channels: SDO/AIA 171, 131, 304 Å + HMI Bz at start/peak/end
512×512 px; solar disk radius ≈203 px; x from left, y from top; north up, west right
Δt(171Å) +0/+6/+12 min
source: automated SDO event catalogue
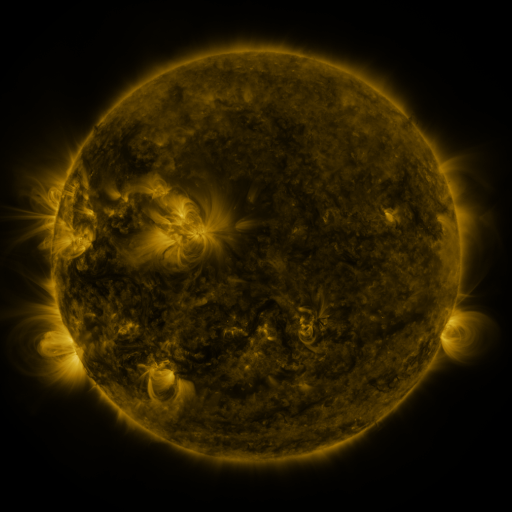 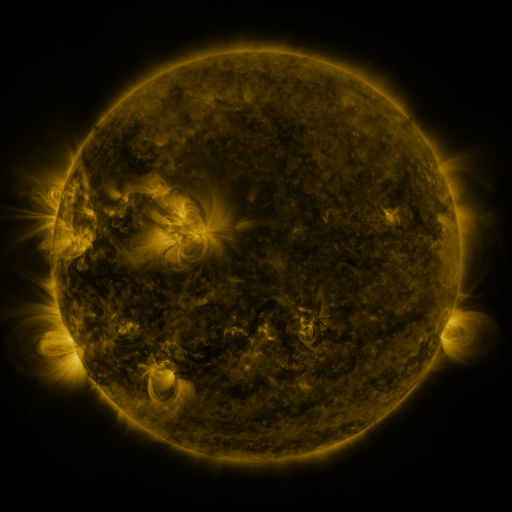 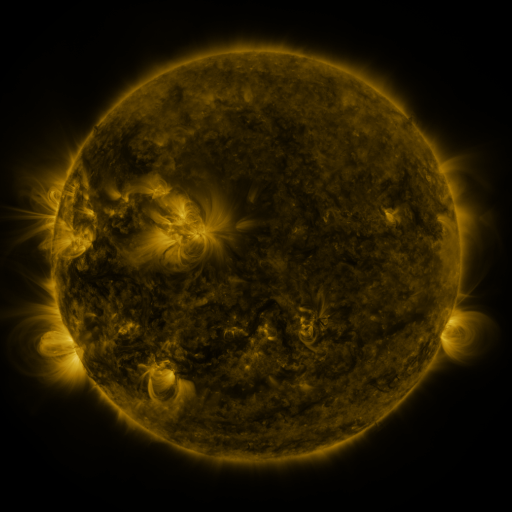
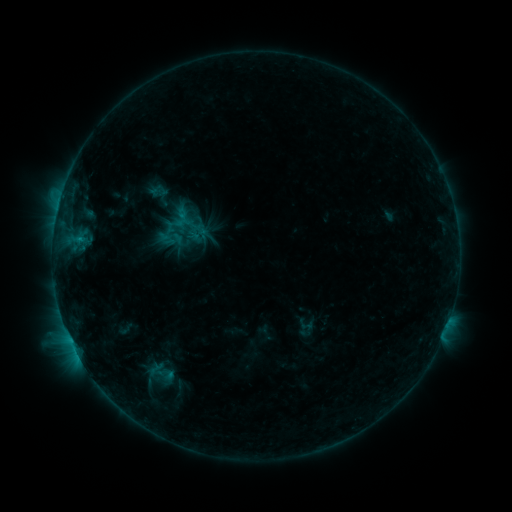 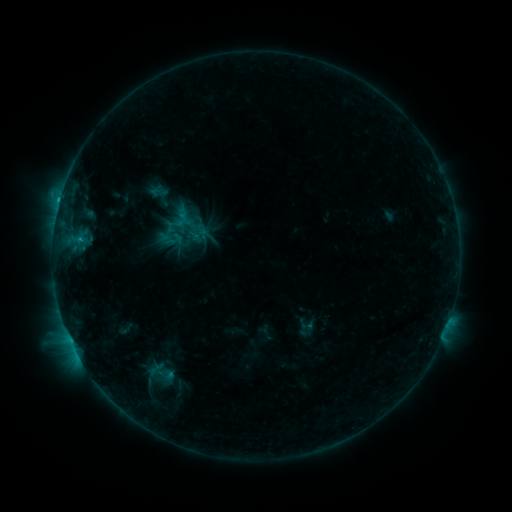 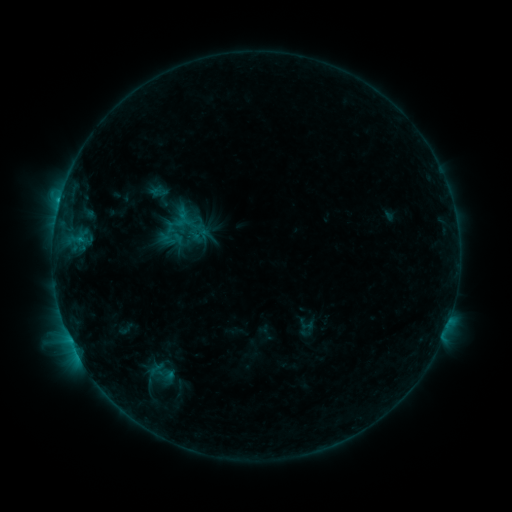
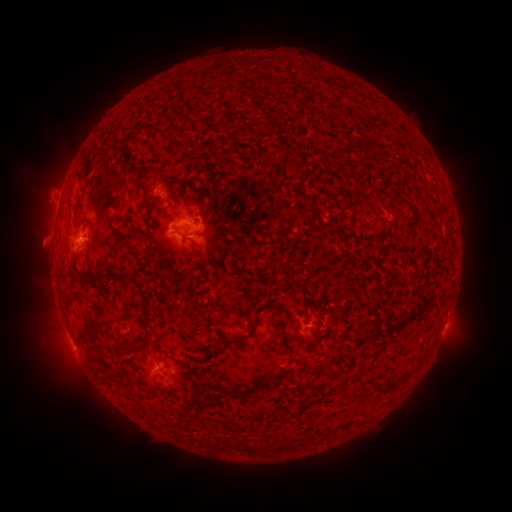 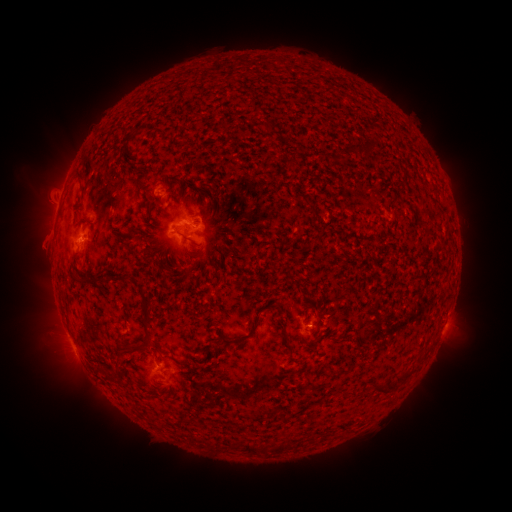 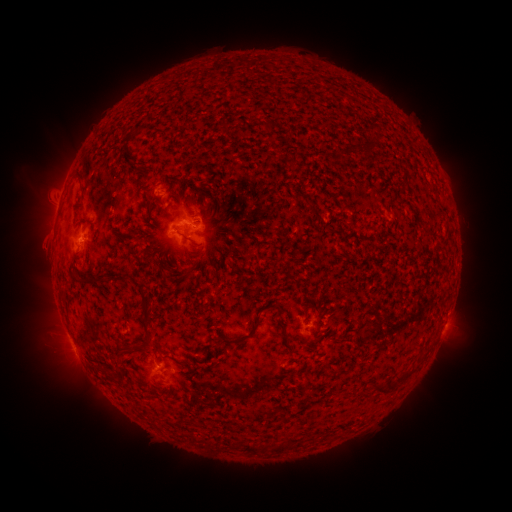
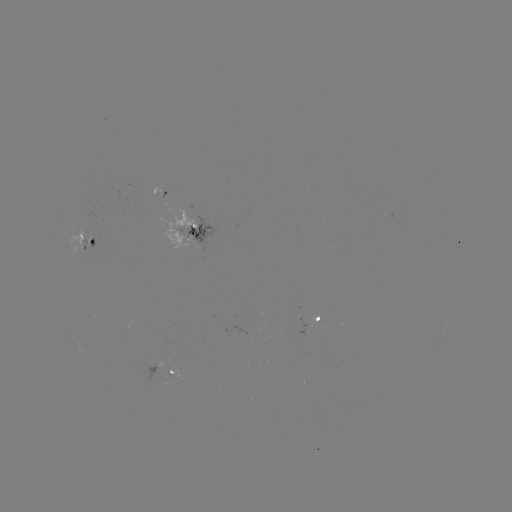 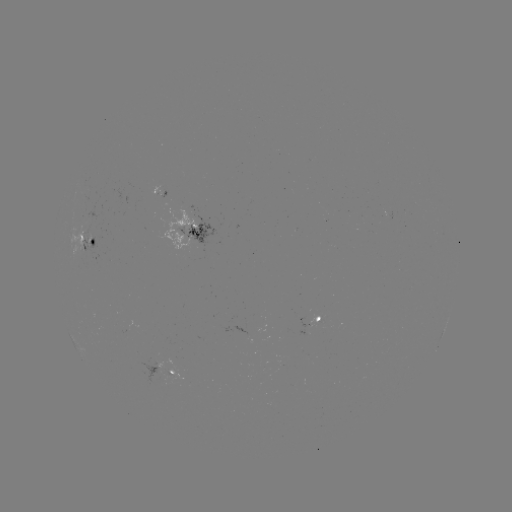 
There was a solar flare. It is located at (59, 204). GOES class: C1.1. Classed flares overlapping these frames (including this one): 1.